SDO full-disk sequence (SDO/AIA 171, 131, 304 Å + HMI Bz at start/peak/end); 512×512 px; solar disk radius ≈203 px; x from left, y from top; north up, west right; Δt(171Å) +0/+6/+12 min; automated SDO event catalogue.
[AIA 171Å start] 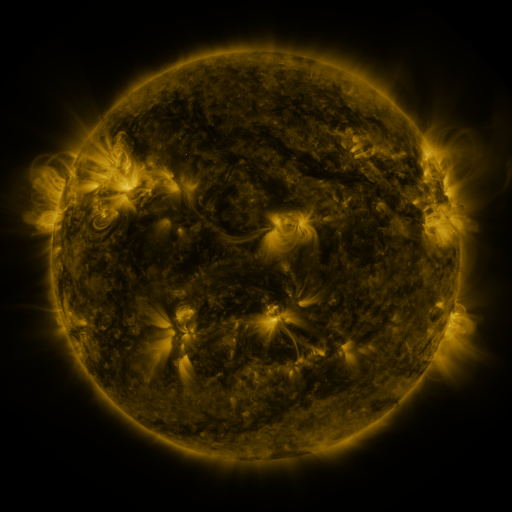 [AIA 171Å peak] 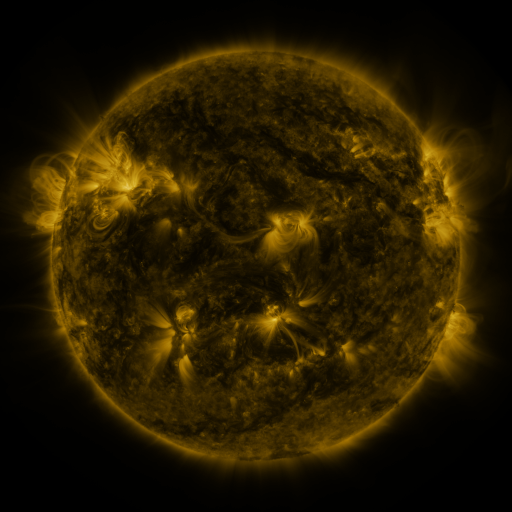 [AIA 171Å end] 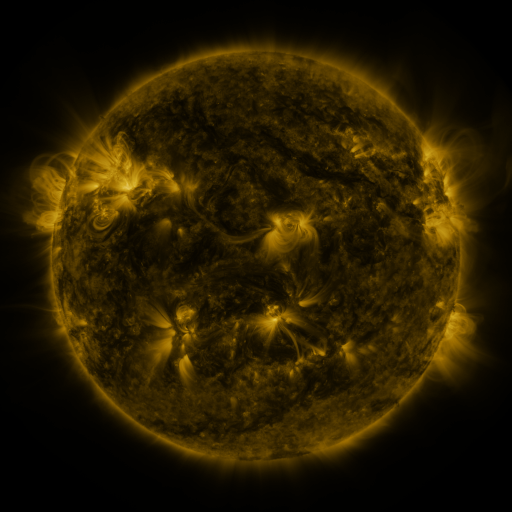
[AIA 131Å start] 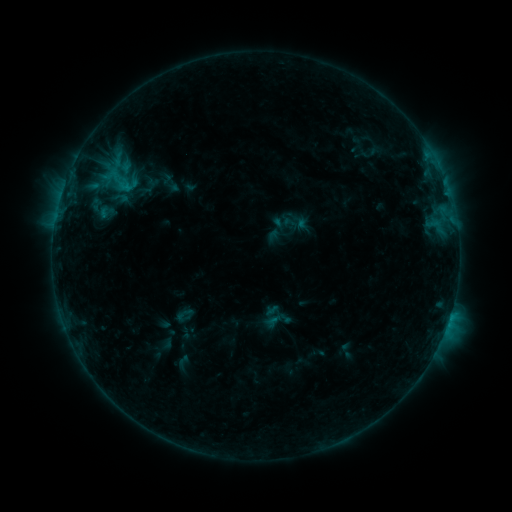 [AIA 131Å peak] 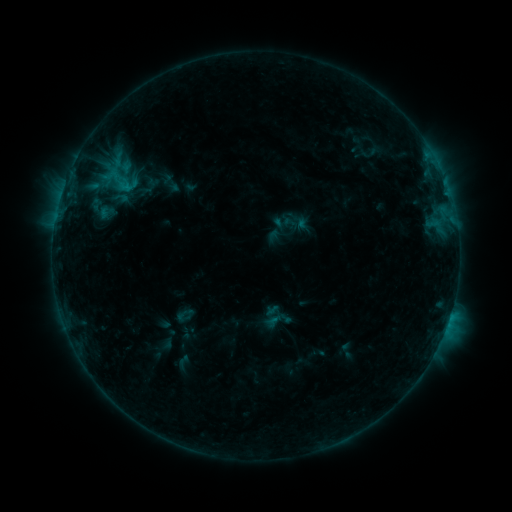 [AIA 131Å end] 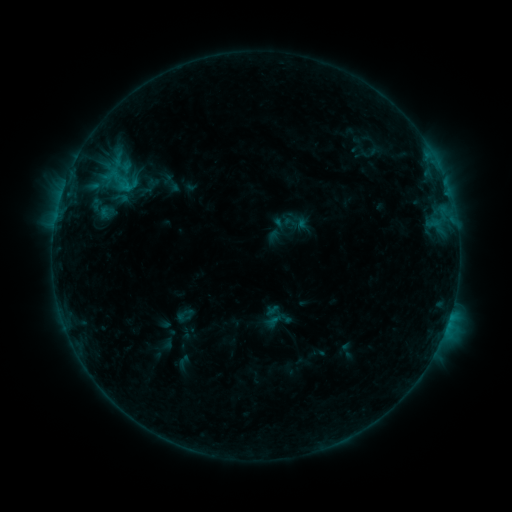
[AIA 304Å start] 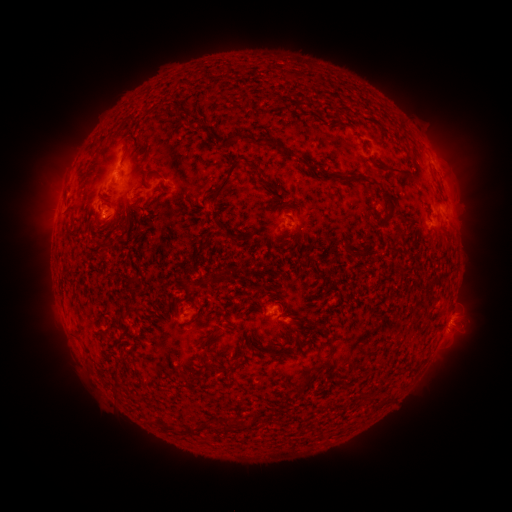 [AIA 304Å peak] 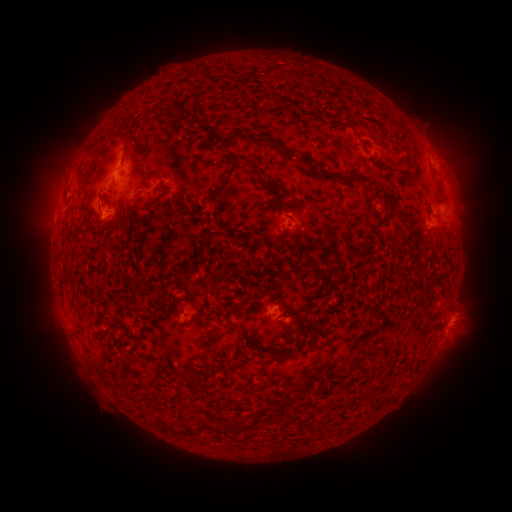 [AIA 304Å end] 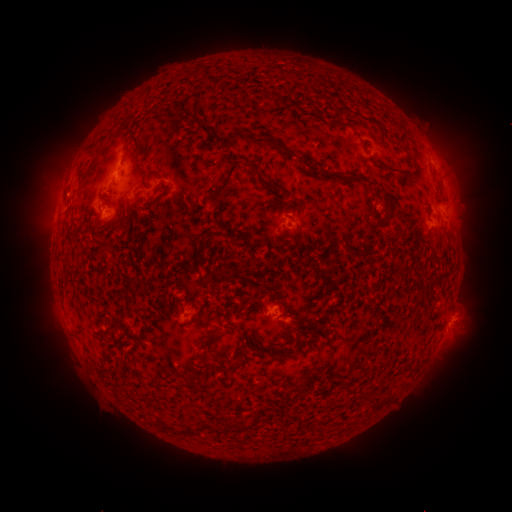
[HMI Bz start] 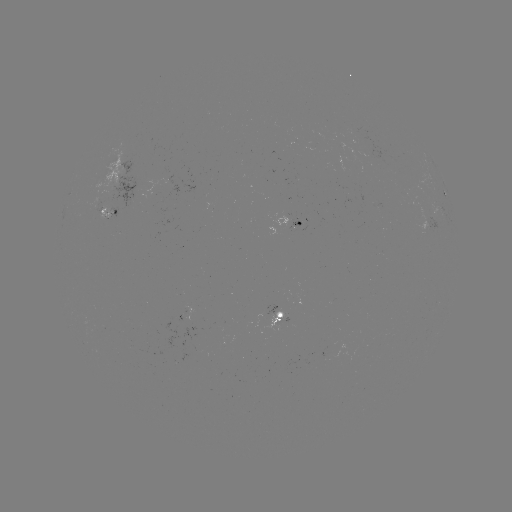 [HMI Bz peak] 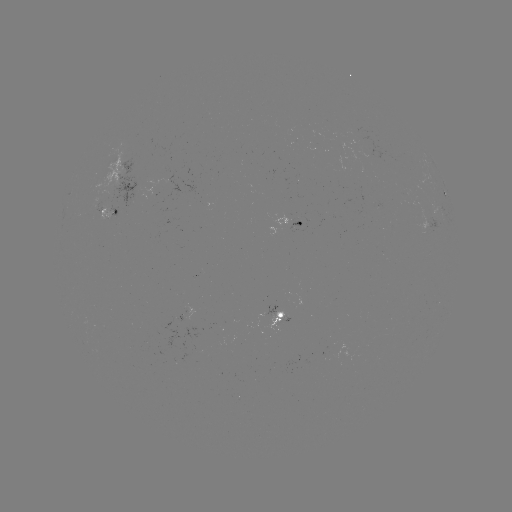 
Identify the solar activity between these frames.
no flare in any classed list; no EUV-trigger detection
